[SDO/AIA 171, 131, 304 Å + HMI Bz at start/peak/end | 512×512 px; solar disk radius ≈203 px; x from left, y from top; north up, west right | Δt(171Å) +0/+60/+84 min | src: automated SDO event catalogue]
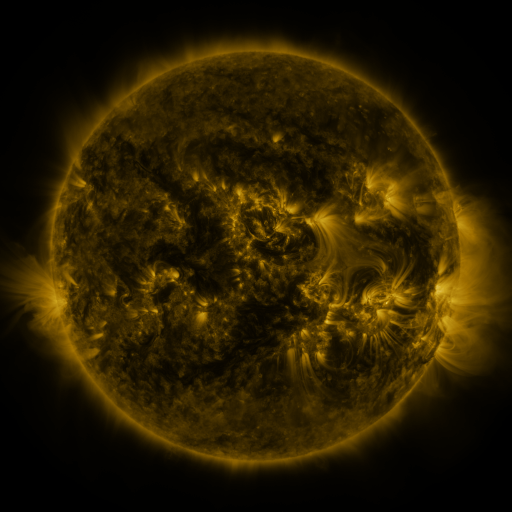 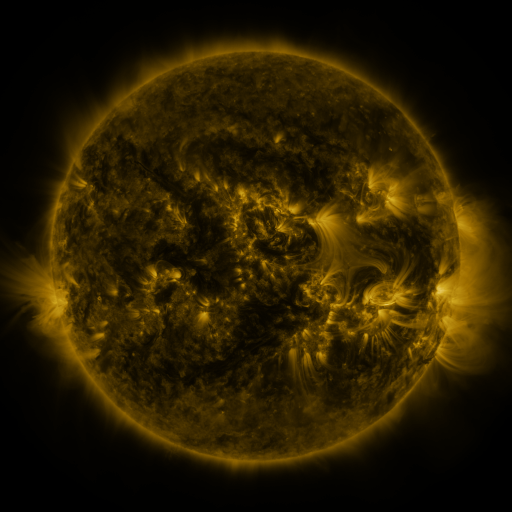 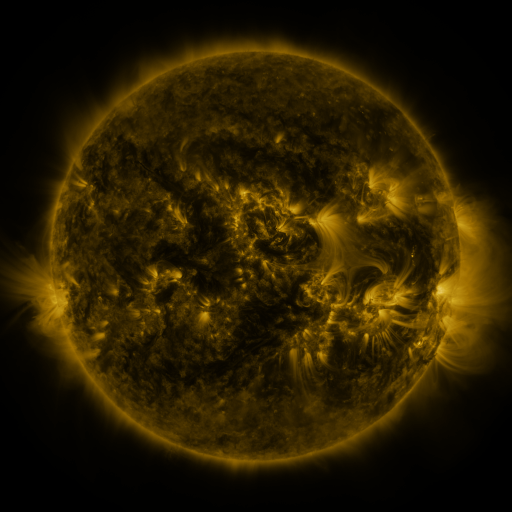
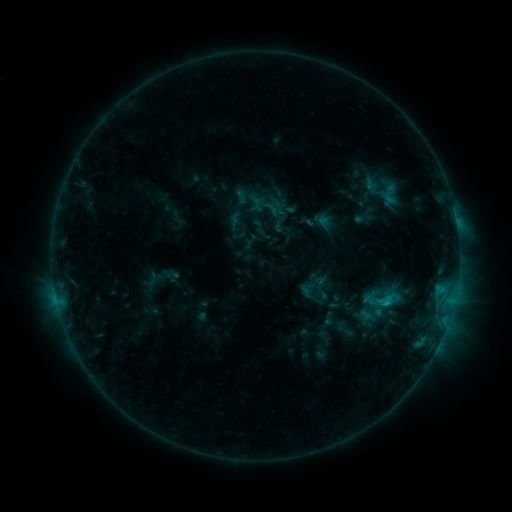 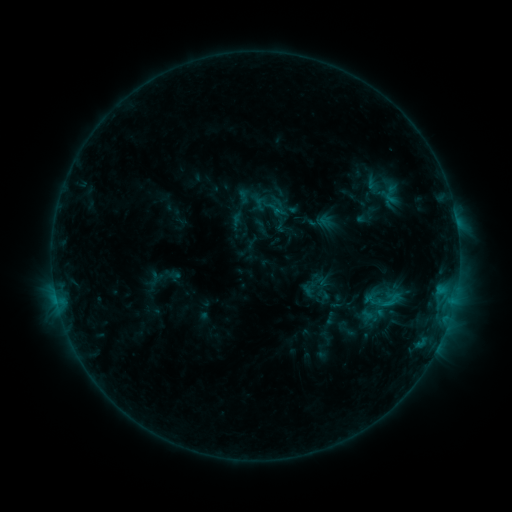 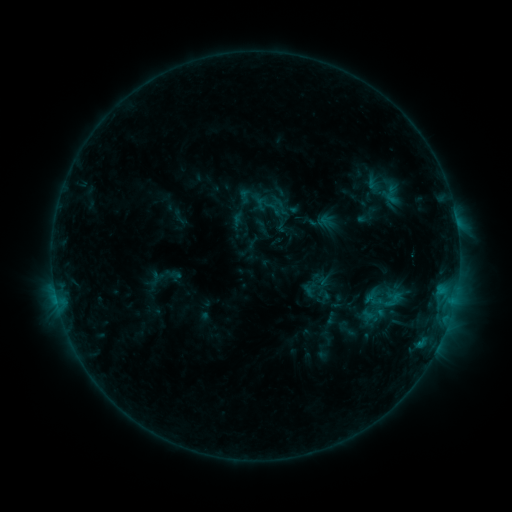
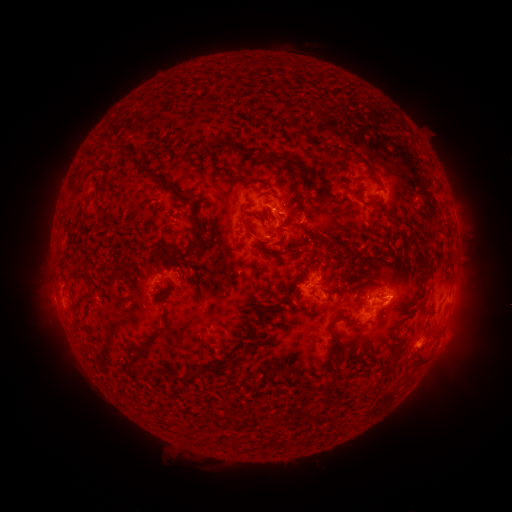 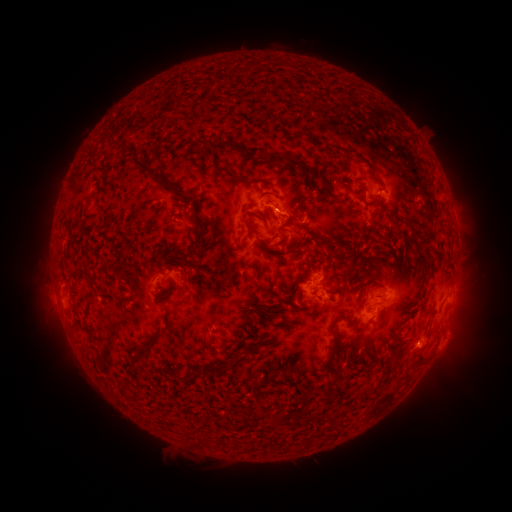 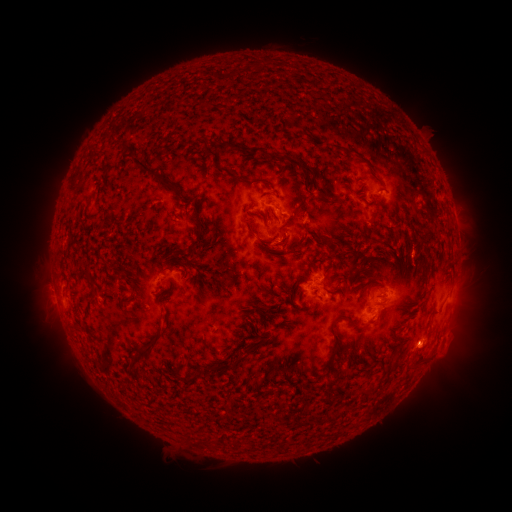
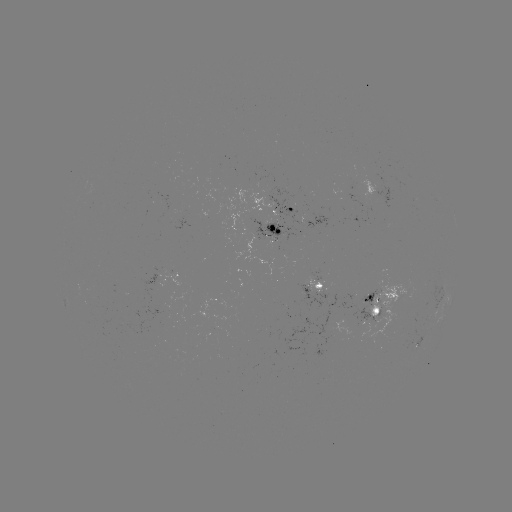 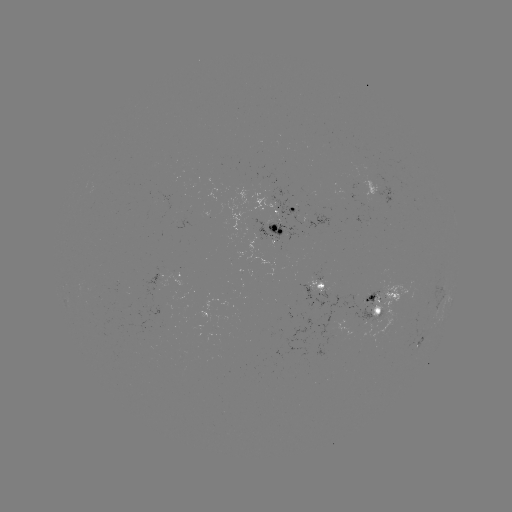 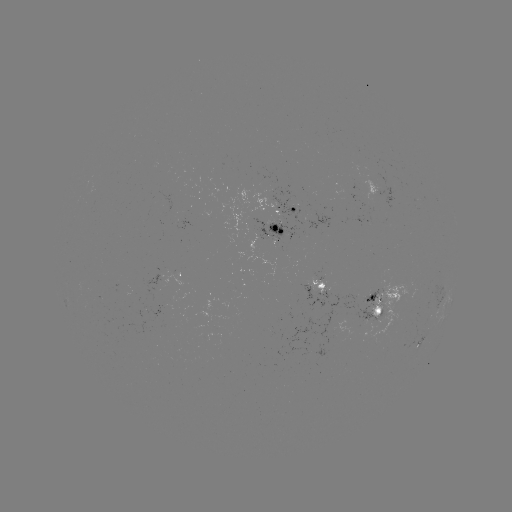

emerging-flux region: (251, 219, 297, 243)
